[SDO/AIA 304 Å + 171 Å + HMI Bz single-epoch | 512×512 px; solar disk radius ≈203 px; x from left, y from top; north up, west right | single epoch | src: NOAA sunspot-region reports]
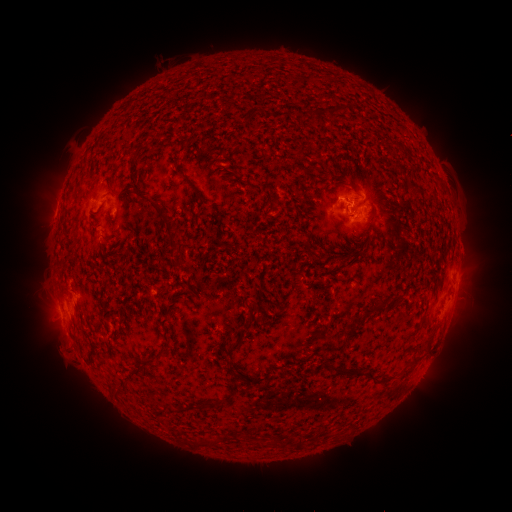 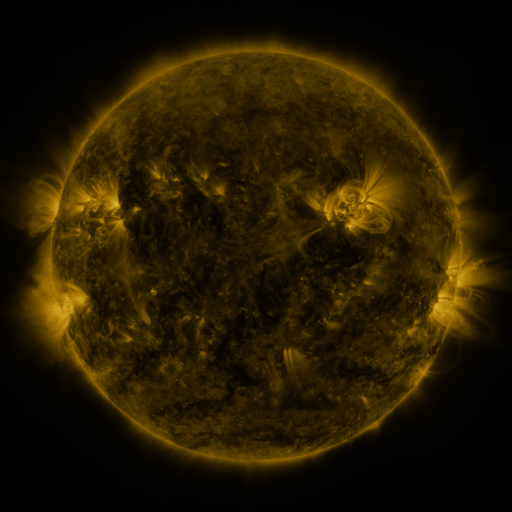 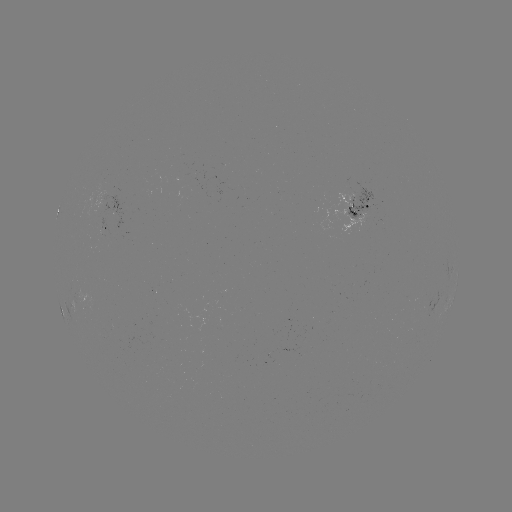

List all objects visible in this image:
spotted active region: (361, 206)
spotted active region: (115, 207)
spotted active region: (107, 228)
spotted active region: (456, 283)
